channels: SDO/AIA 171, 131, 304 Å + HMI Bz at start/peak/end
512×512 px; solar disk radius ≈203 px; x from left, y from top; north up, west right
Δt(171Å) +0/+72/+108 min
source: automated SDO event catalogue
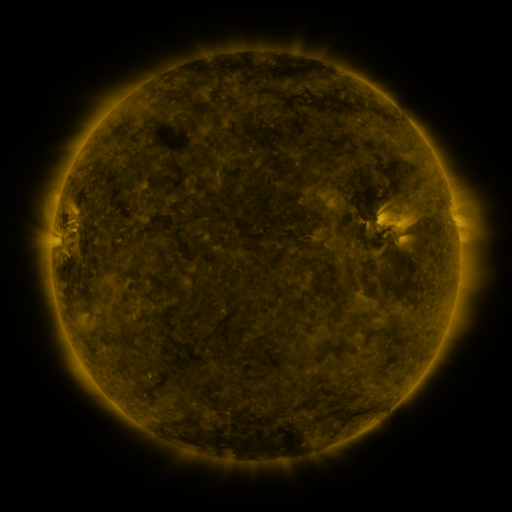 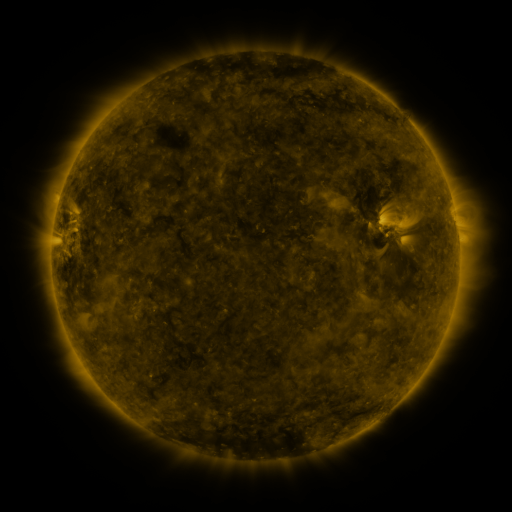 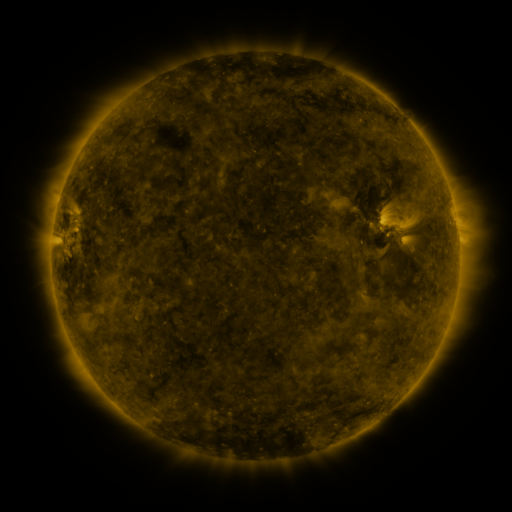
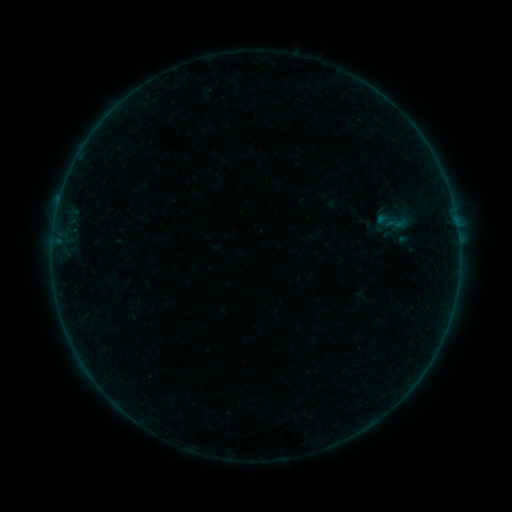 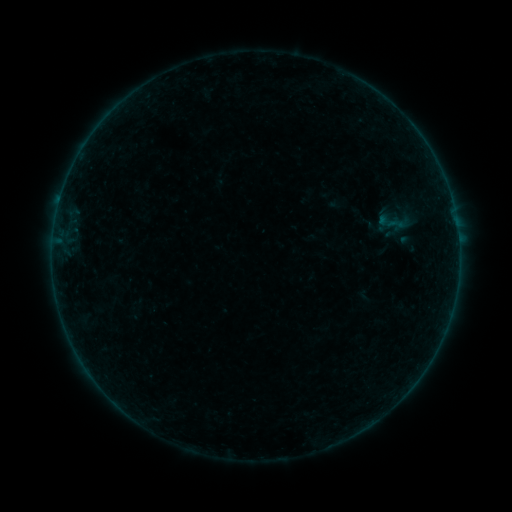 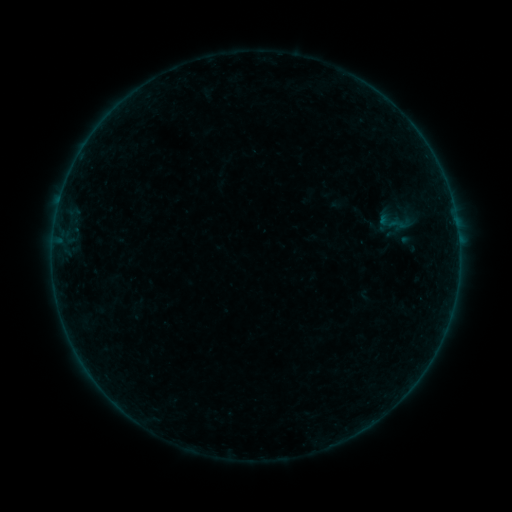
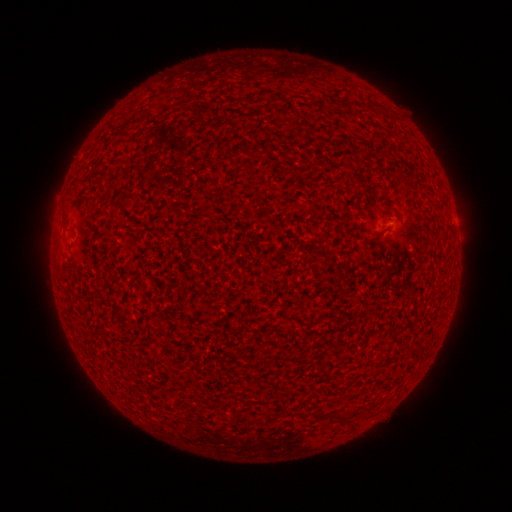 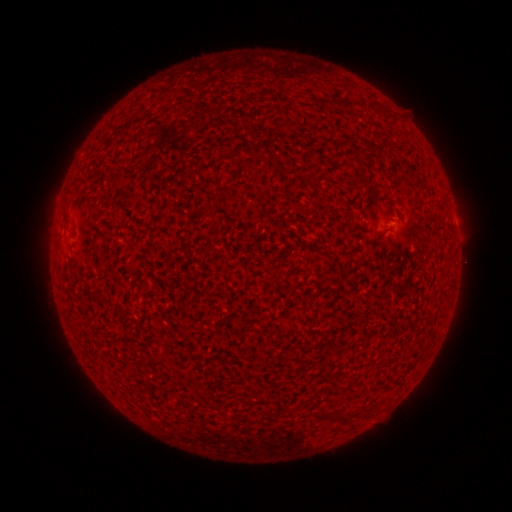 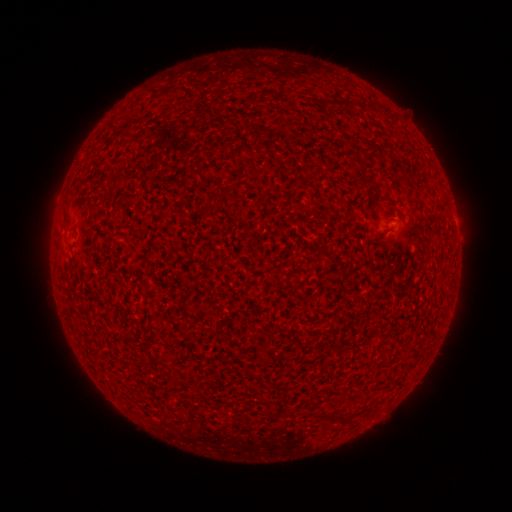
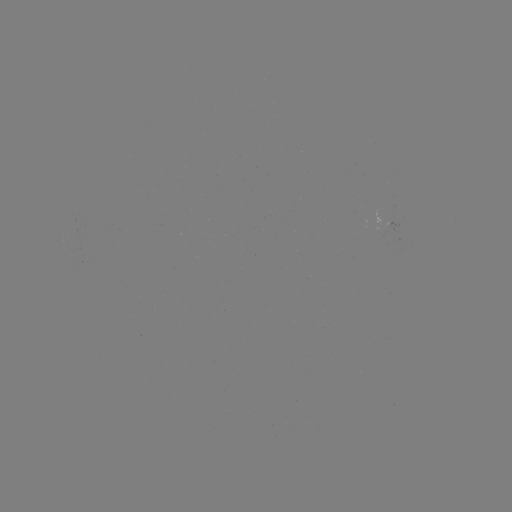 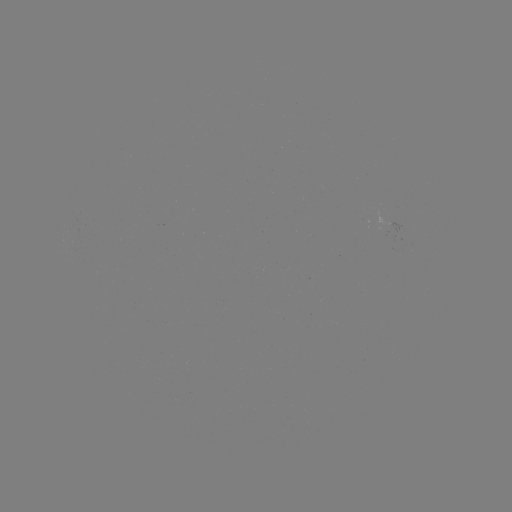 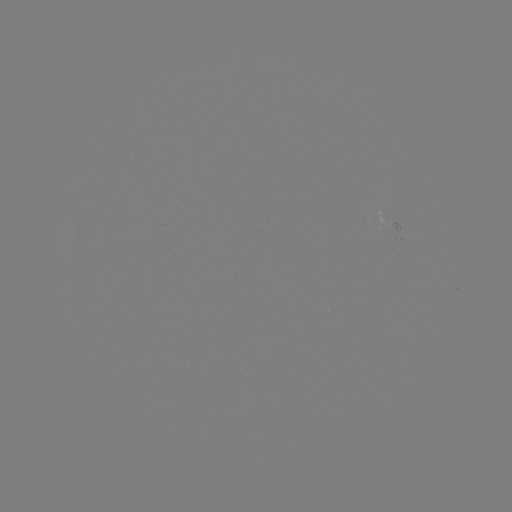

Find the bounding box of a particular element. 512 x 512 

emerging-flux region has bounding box [382, 228, 388, 240].